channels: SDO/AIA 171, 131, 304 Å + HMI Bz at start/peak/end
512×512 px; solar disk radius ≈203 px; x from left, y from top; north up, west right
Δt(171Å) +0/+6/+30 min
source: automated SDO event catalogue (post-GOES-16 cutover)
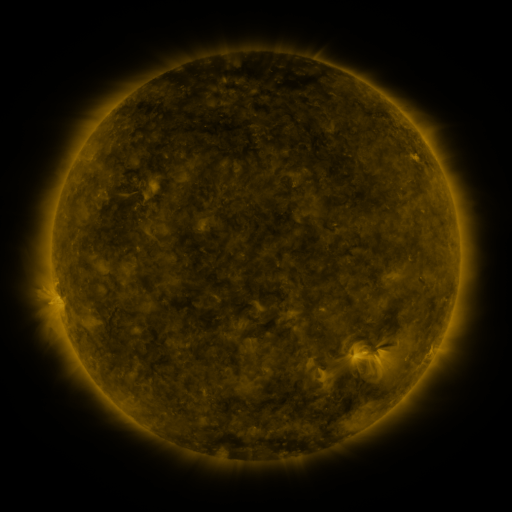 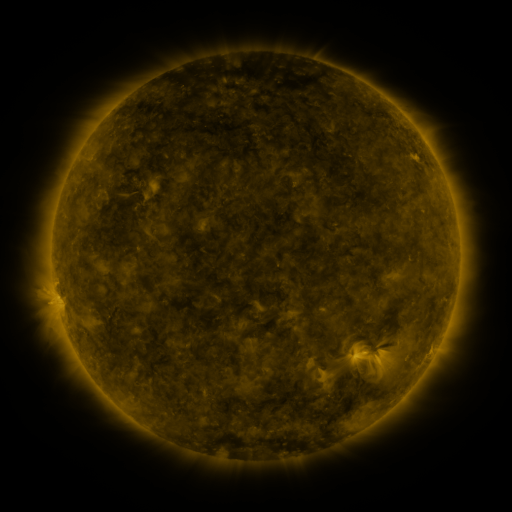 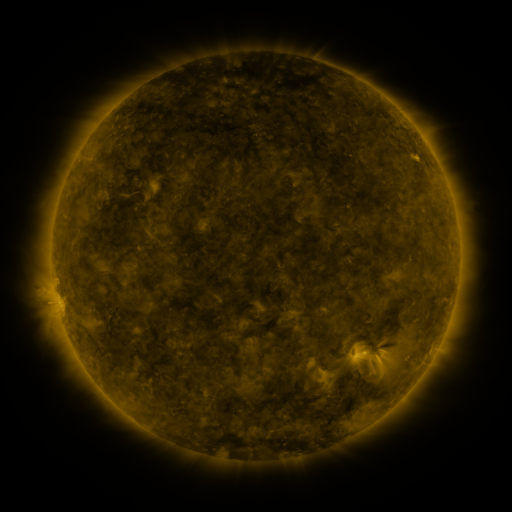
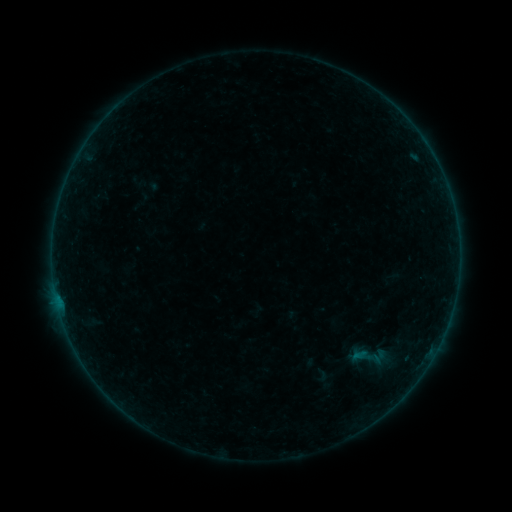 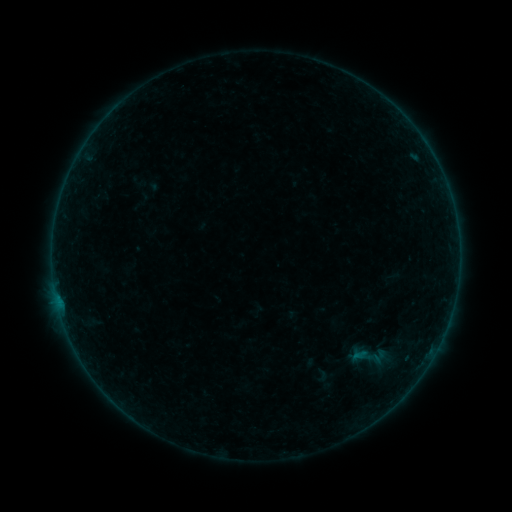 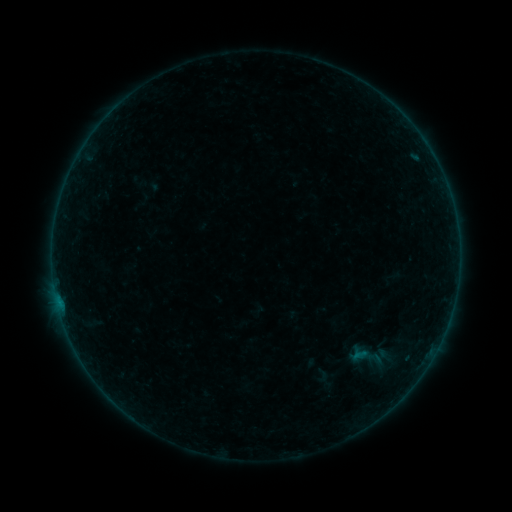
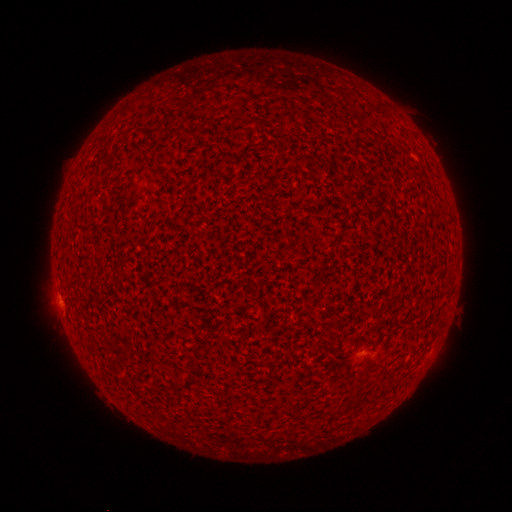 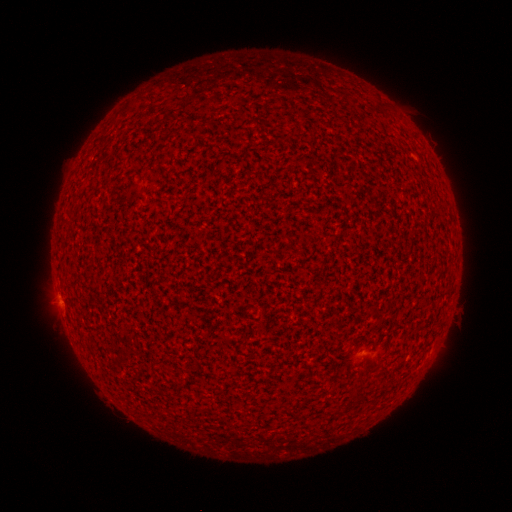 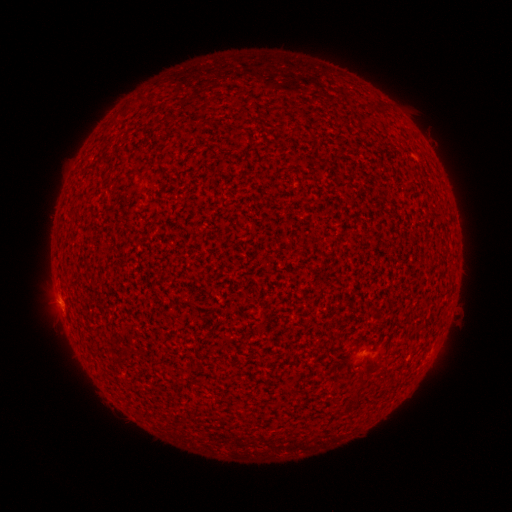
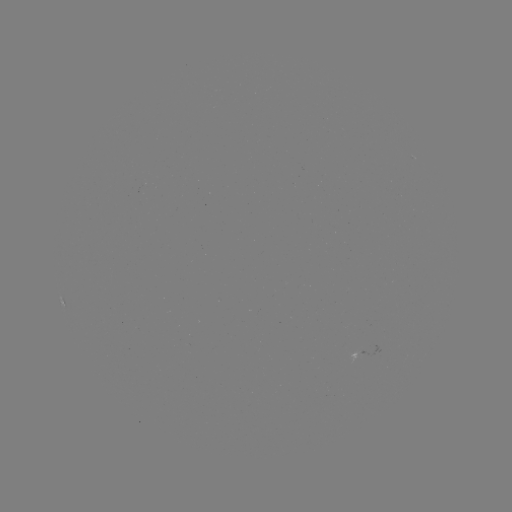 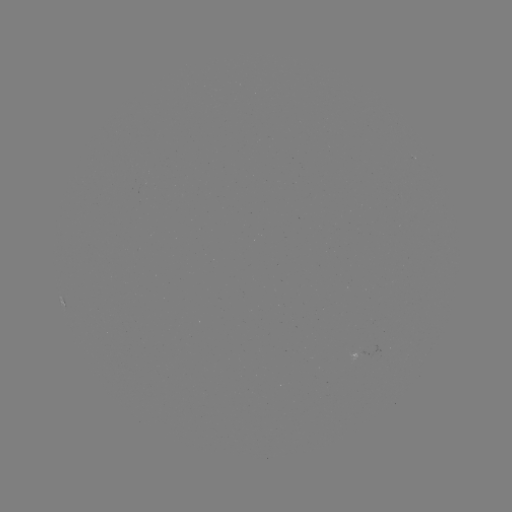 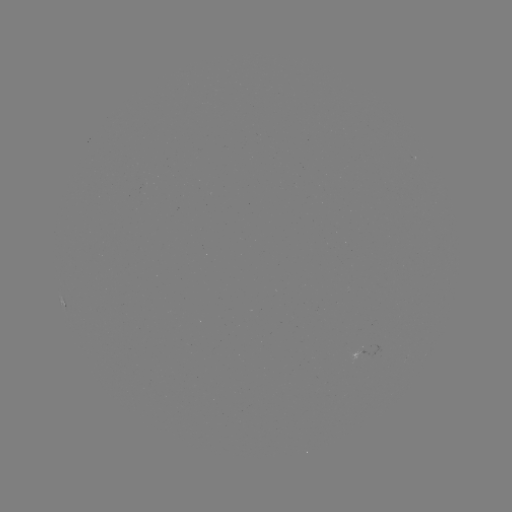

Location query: A8.2 flare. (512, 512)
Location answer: (58, 300).